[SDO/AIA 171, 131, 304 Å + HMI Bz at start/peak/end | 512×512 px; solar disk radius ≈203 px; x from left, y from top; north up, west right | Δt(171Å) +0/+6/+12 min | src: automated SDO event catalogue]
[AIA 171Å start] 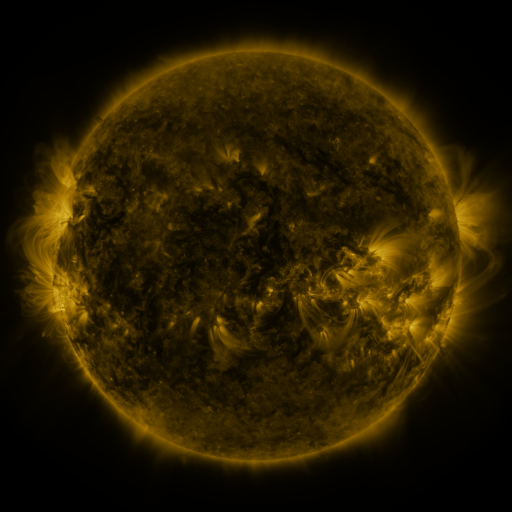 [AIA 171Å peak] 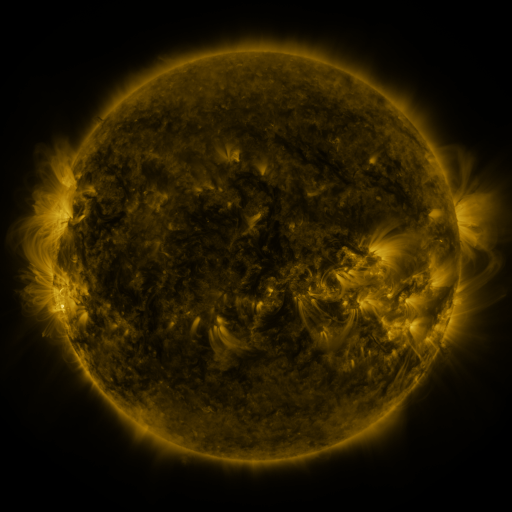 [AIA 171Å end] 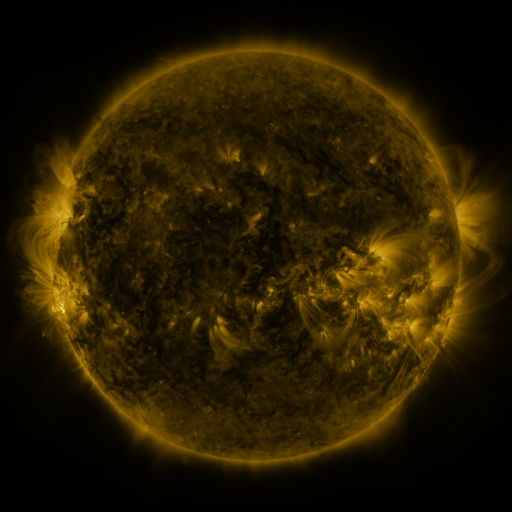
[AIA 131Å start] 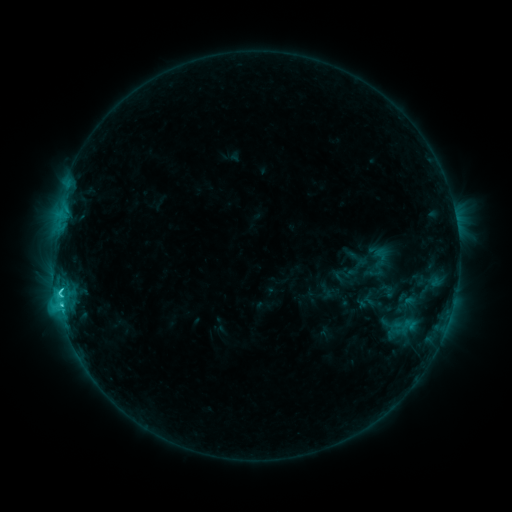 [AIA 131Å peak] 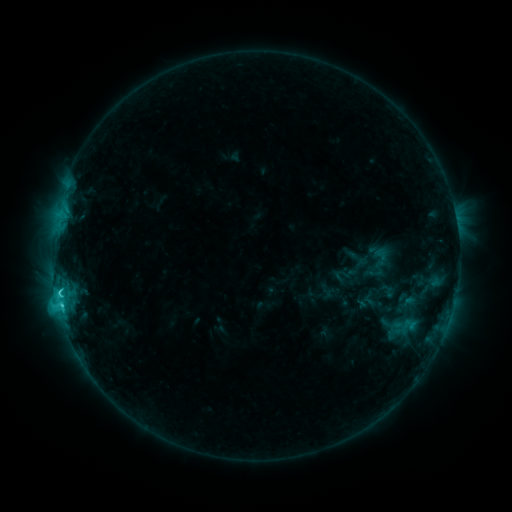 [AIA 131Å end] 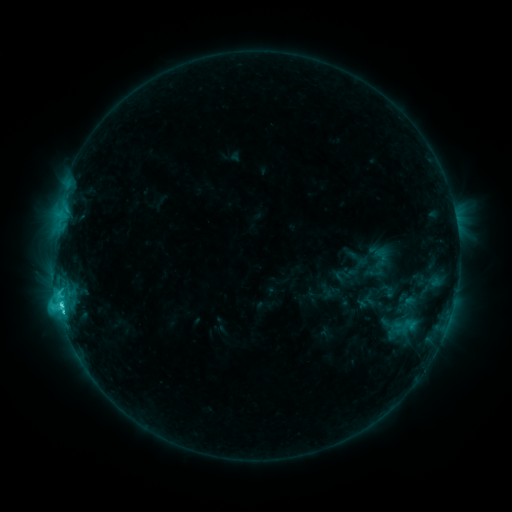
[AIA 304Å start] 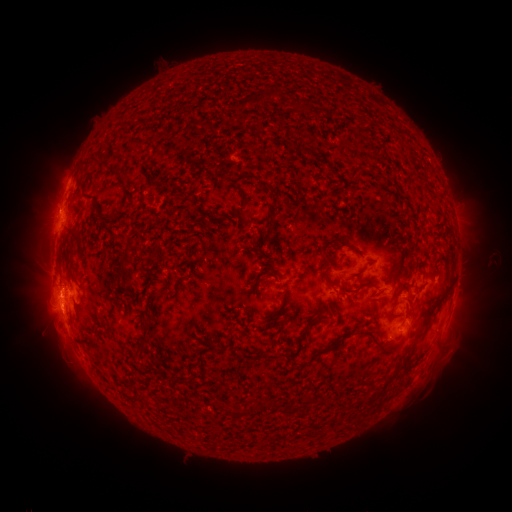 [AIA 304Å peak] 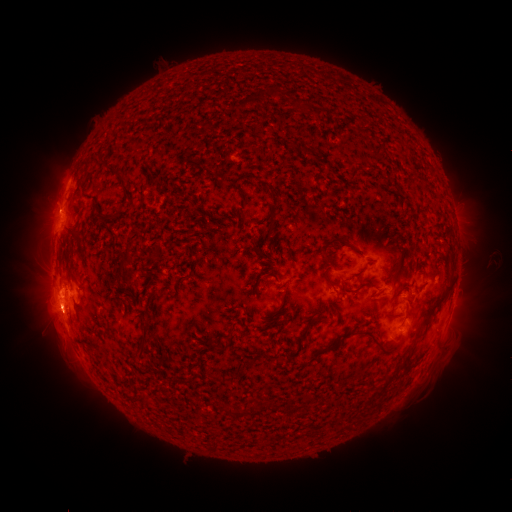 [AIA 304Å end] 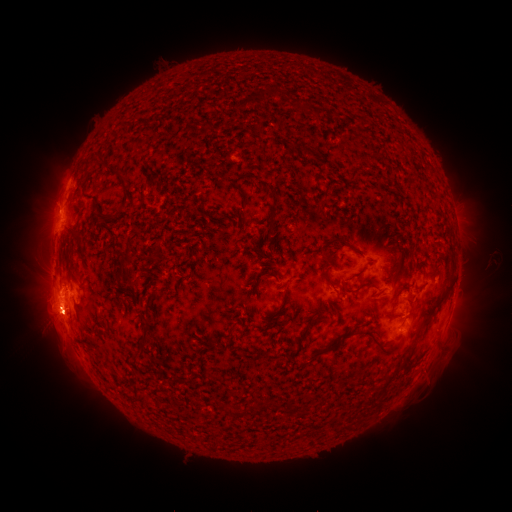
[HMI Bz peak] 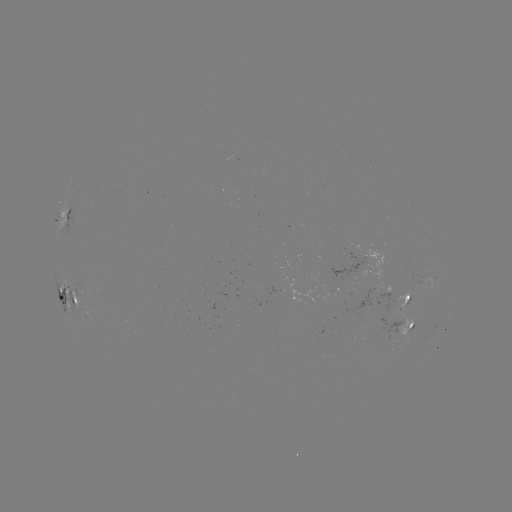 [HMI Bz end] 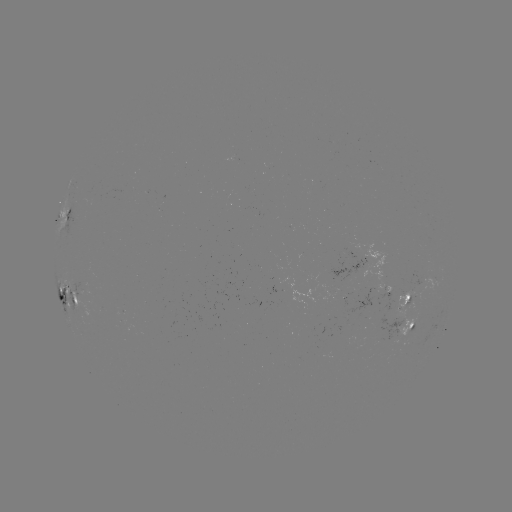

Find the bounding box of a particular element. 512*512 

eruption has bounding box [18, 289, 93, 347].